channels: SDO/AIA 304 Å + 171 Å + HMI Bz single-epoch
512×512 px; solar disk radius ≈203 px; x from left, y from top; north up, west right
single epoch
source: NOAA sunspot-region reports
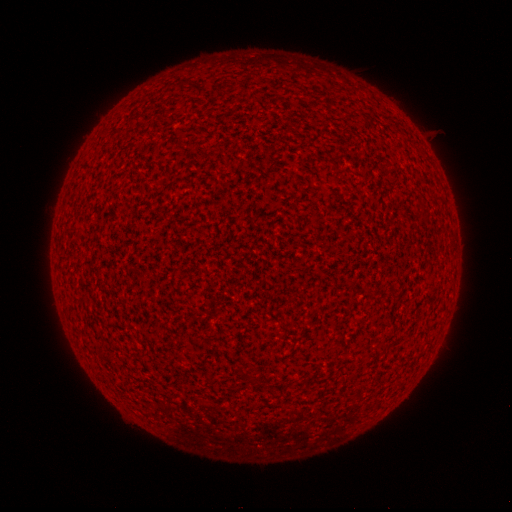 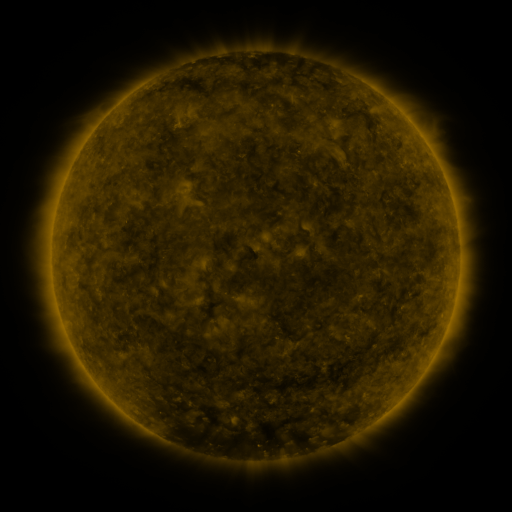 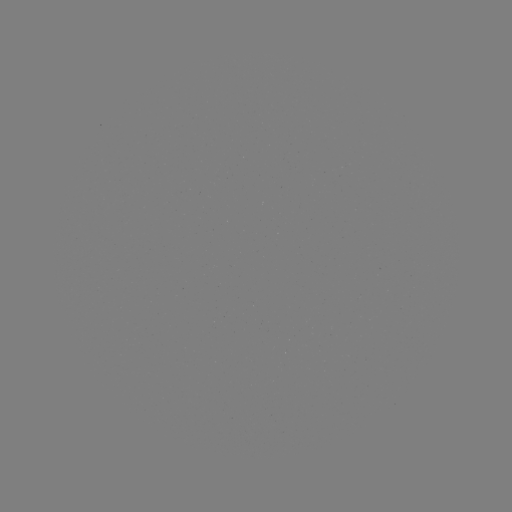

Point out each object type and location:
(none)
